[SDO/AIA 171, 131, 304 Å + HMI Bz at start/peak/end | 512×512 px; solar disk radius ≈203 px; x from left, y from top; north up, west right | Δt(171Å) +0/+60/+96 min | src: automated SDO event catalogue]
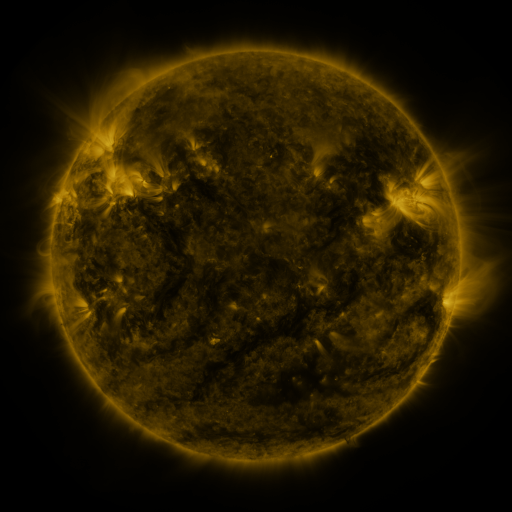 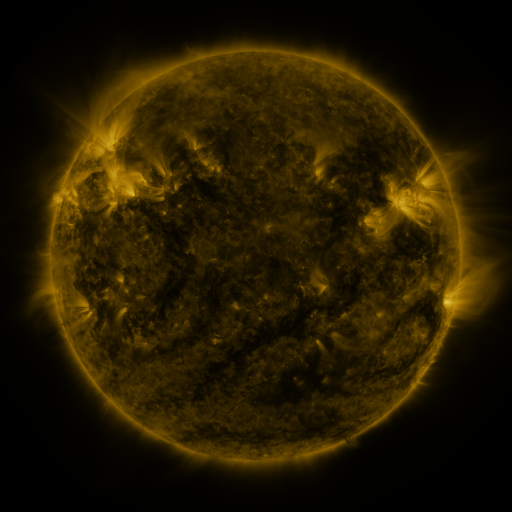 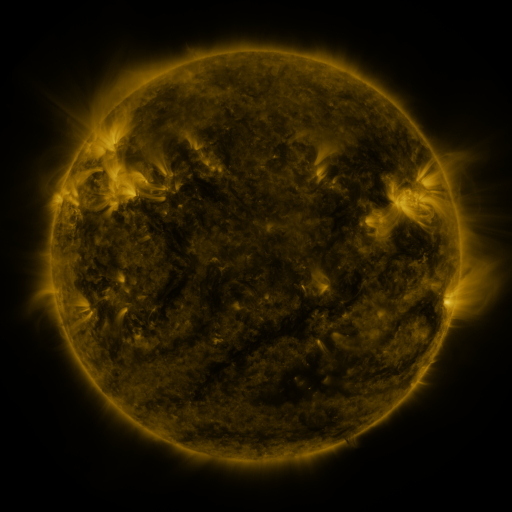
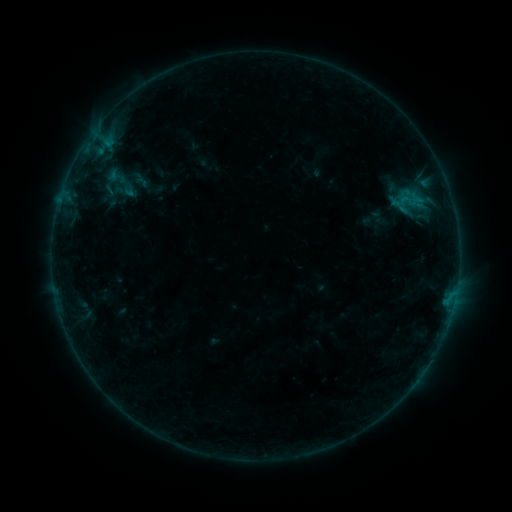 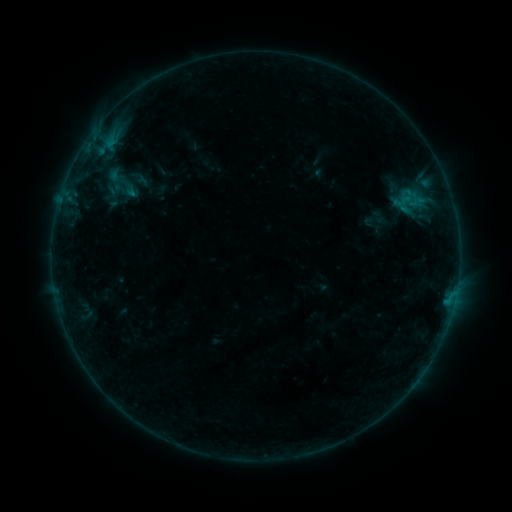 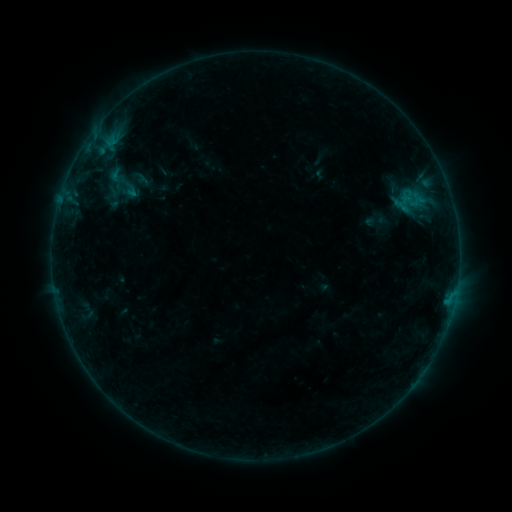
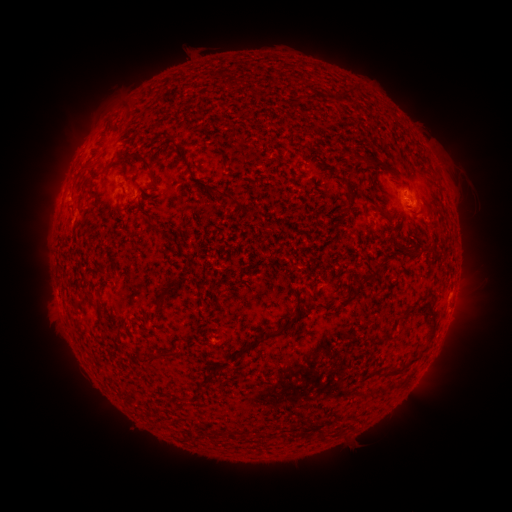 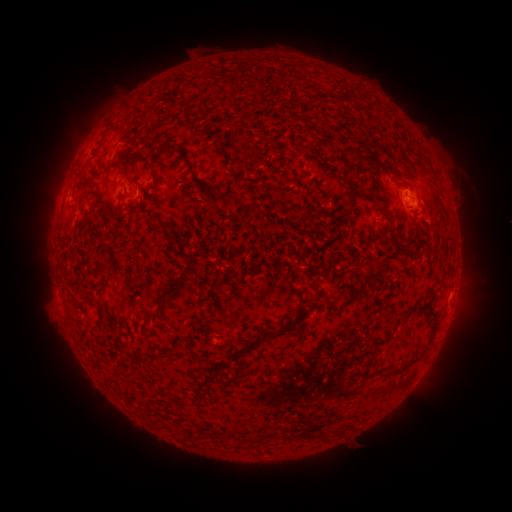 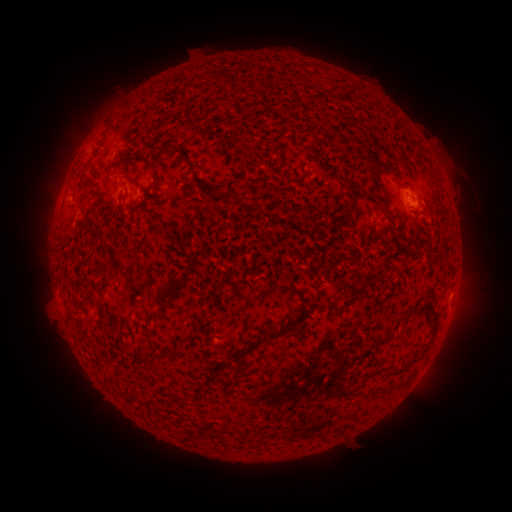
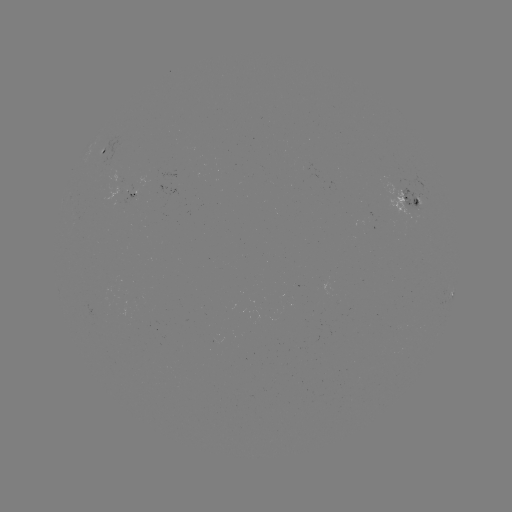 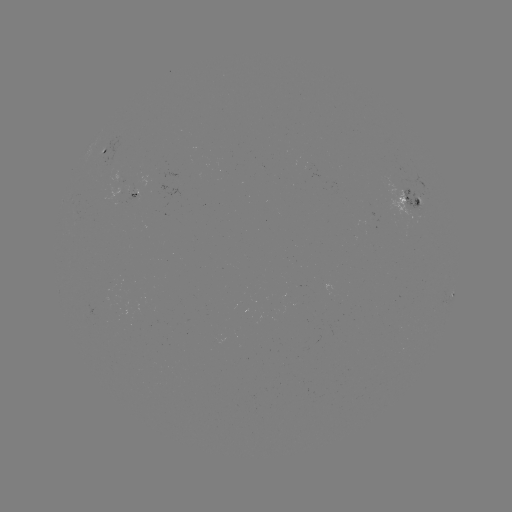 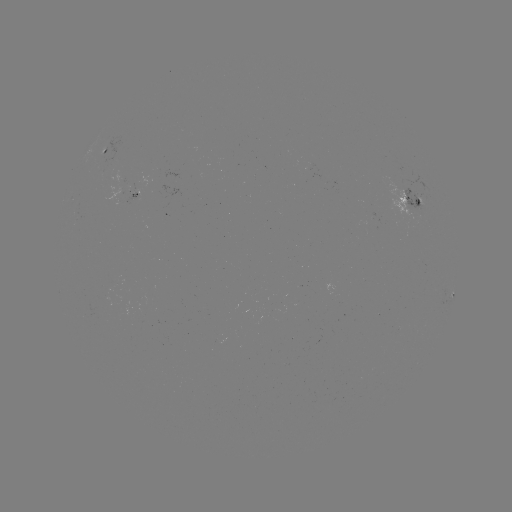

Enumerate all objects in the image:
emerging-flux region: (136, 199)
